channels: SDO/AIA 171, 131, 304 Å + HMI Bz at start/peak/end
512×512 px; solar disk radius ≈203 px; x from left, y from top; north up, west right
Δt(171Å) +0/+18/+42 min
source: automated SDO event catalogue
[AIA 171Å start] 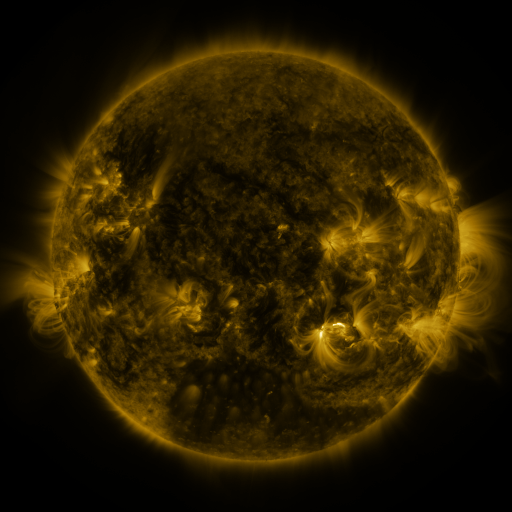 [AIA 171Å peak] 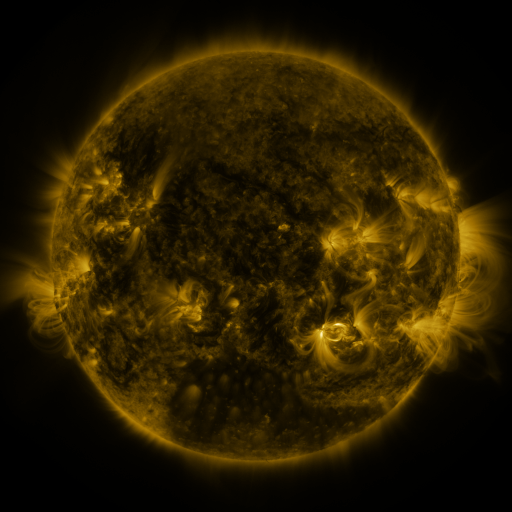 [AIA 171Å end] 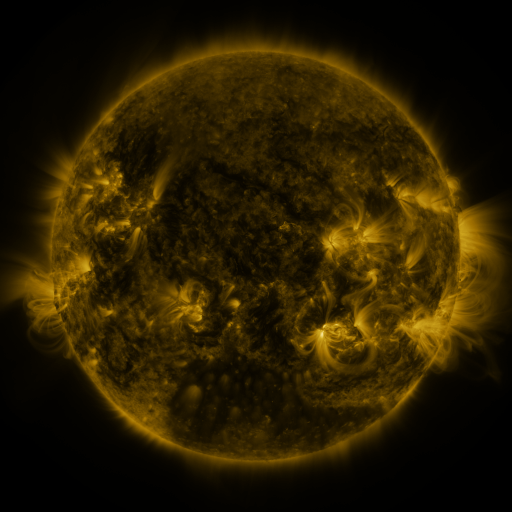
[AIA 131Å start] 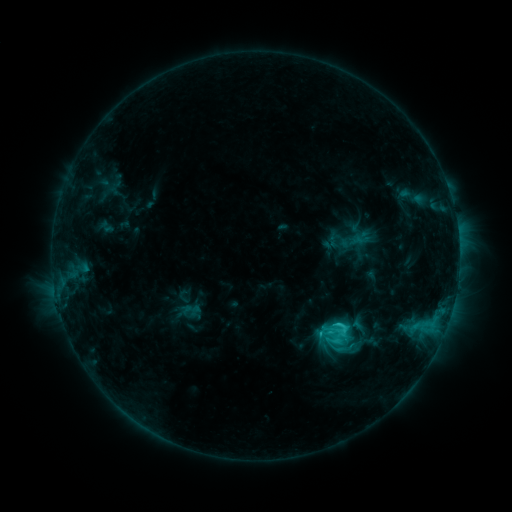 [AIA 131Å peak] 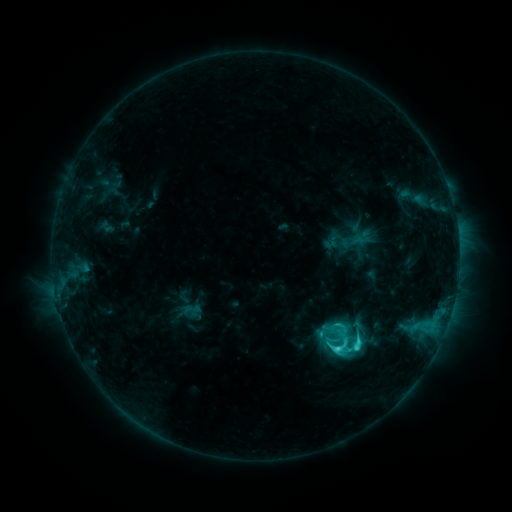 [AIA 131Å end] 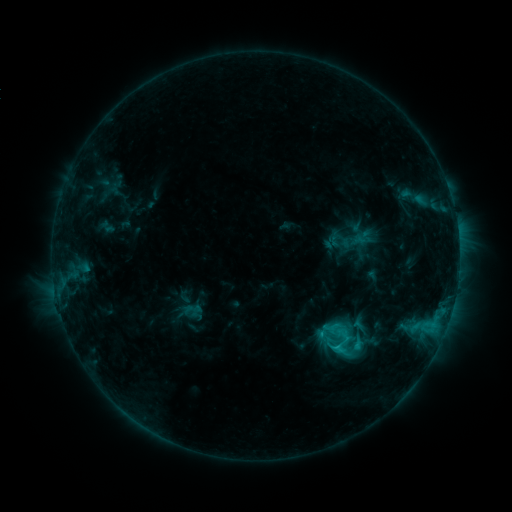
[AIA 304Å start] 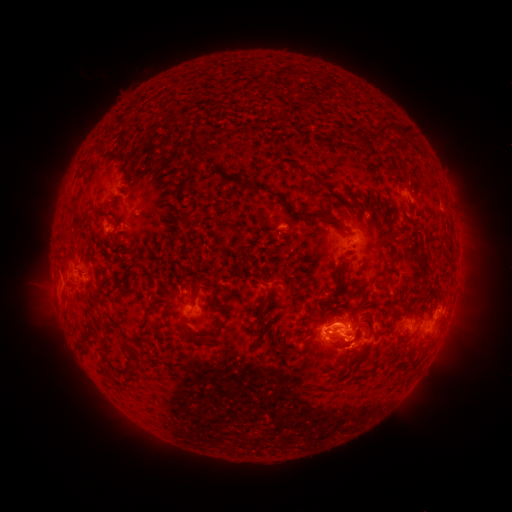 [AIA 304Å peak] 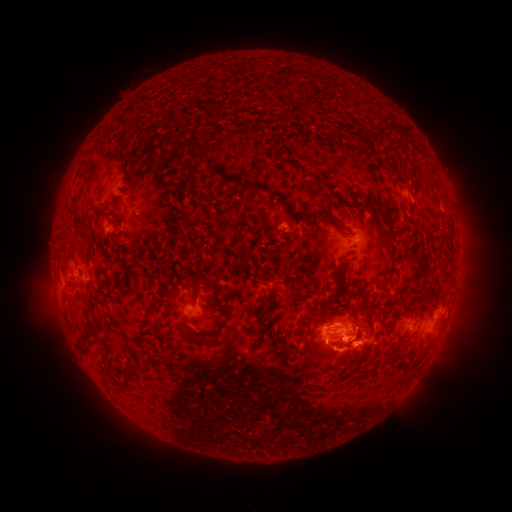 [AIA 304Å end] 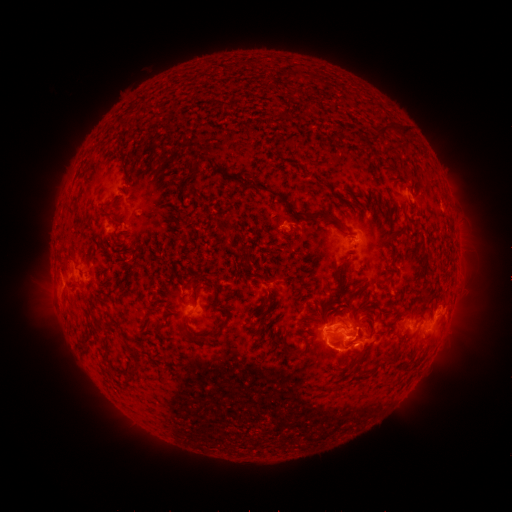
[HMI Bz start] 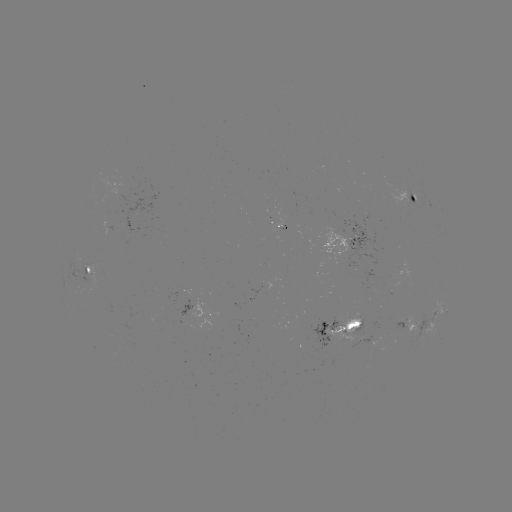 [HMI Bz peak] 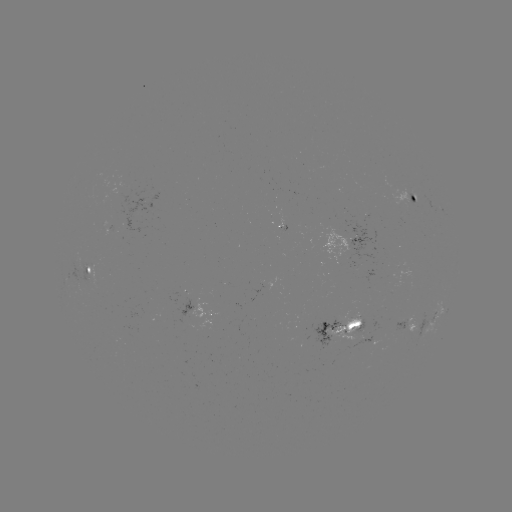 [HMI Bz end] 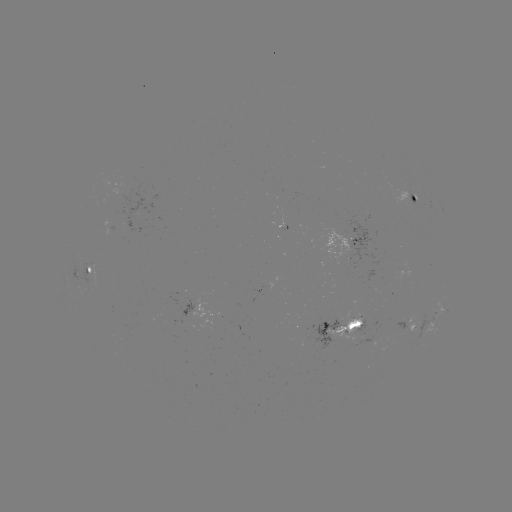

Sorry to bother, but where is C5.4 flare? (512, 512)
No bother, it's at [336, 346].